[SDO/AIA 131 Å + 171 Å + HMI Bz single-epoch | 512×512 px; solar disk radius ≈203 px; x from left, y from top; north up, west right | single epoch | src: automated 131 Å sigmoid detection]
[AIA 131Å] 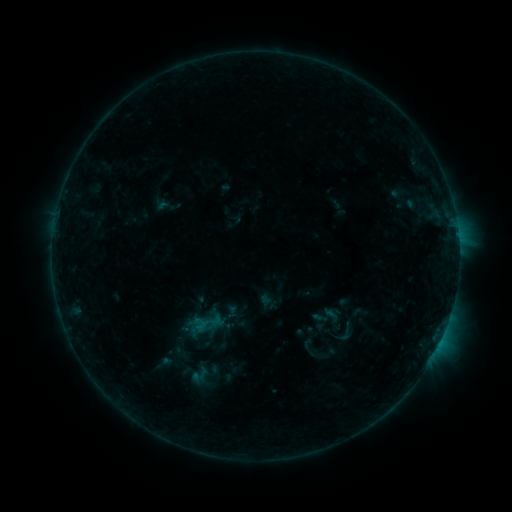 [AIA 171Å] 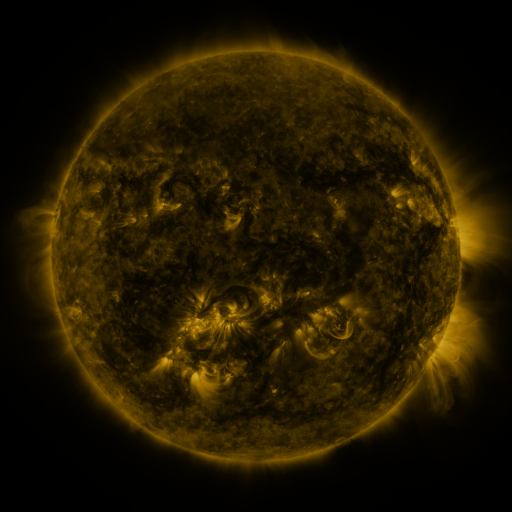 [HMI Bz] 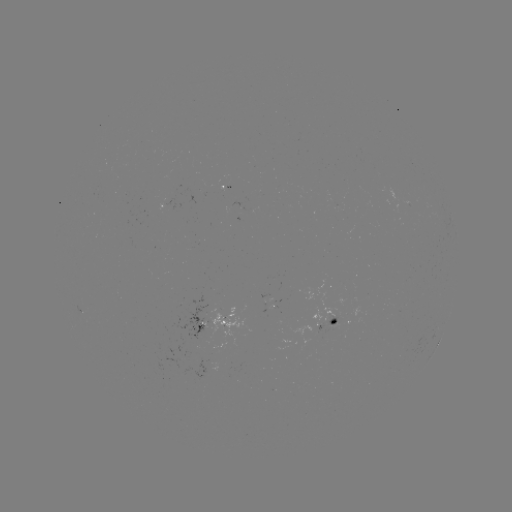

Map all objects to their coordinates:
sigmoid: <bbox>334, 321, 357, 343</bbox>
sigmoid: <bbox>191, 361, 224, 386</bbox>
